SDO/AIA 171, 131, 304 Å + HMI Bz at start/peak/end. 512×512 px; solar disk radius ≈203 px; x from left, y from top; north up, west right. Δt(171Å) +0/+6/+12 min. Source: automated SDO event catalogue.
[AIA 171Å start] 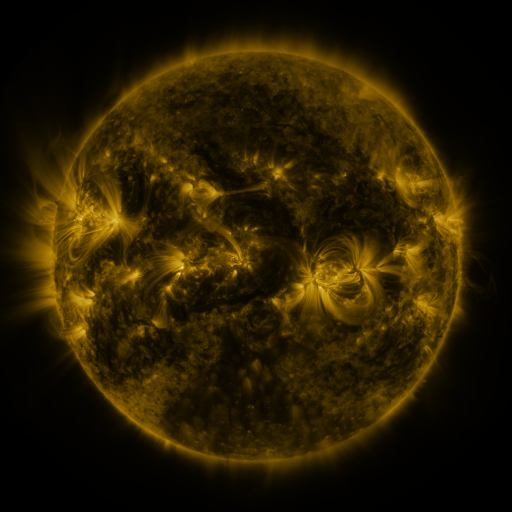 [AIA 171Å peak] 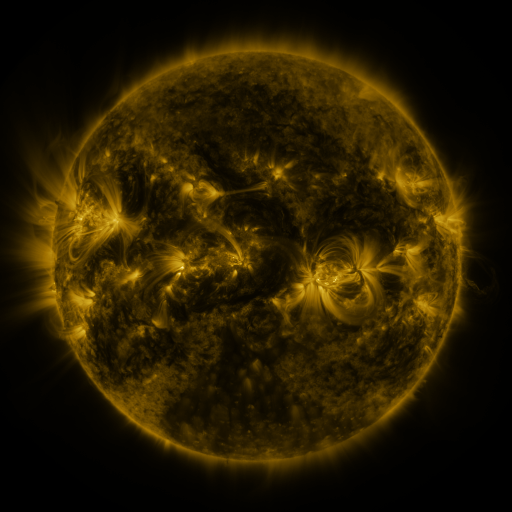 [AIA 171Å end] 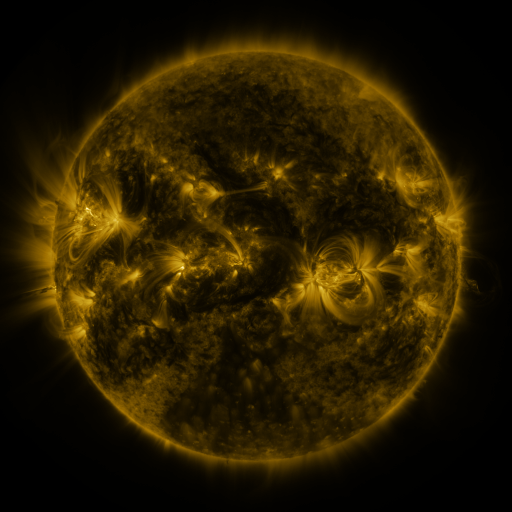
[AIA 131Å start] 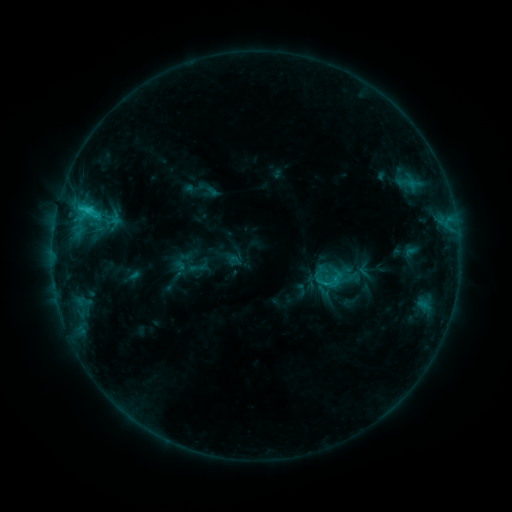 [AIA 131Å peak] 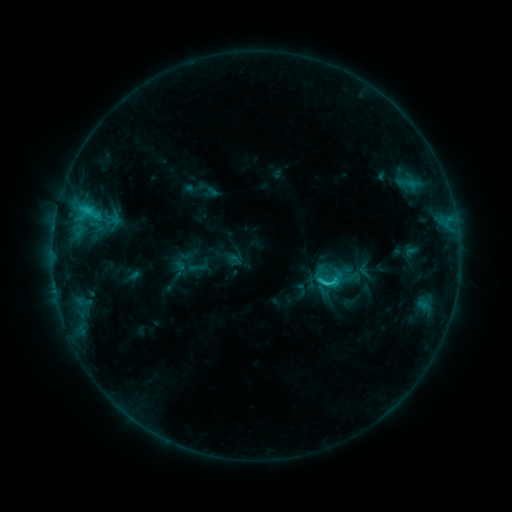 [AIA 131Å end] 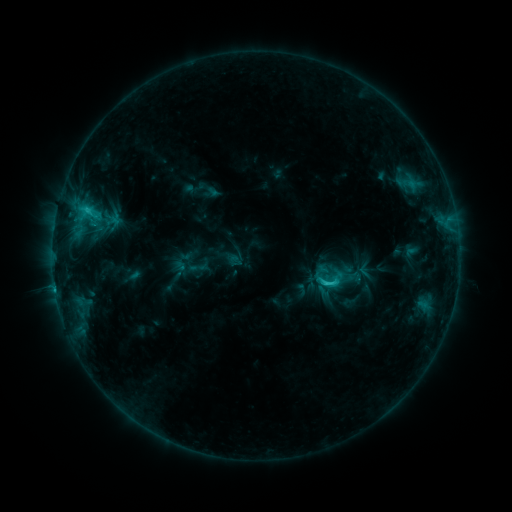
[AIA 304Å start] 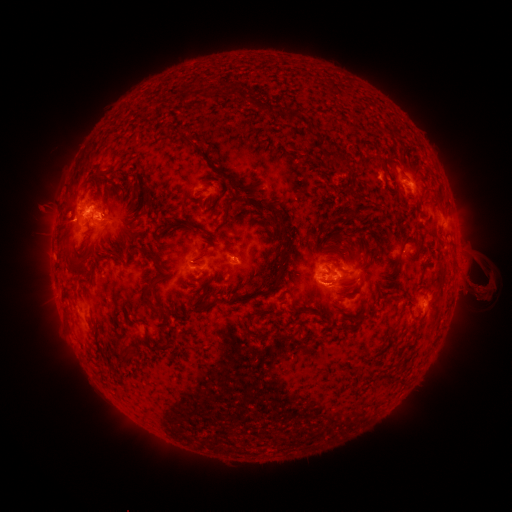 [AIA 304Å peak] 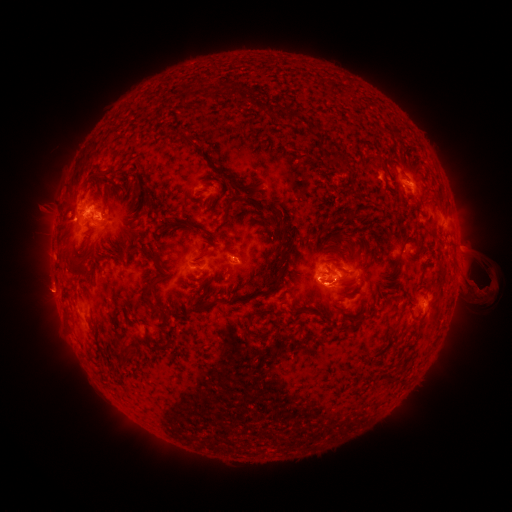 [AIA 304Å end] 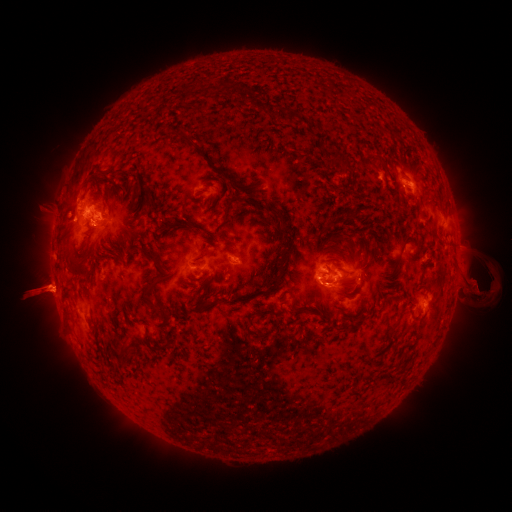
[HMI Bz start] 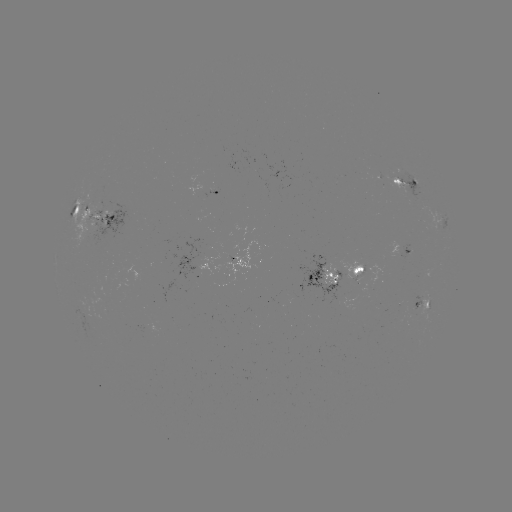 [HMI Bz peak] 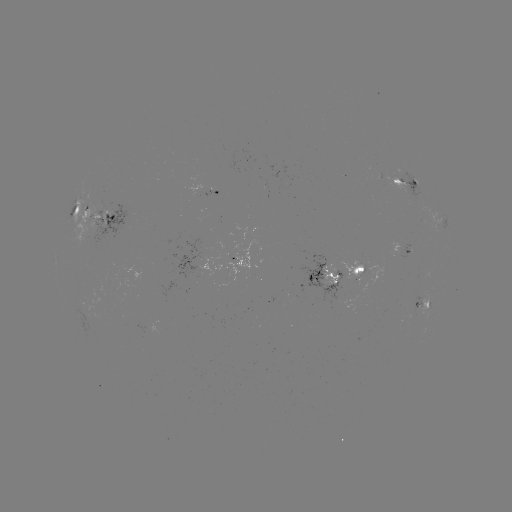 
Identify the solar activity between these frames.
eruption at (48, 291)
